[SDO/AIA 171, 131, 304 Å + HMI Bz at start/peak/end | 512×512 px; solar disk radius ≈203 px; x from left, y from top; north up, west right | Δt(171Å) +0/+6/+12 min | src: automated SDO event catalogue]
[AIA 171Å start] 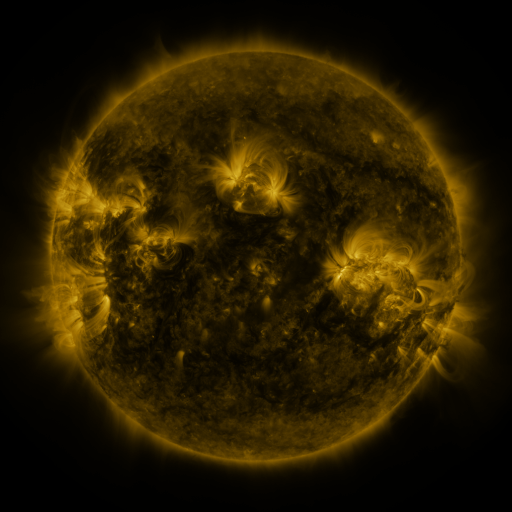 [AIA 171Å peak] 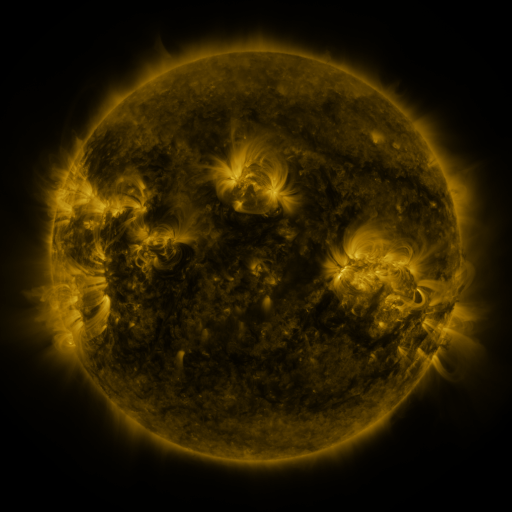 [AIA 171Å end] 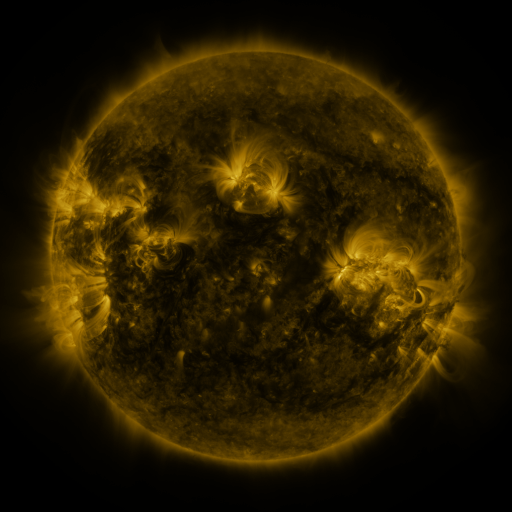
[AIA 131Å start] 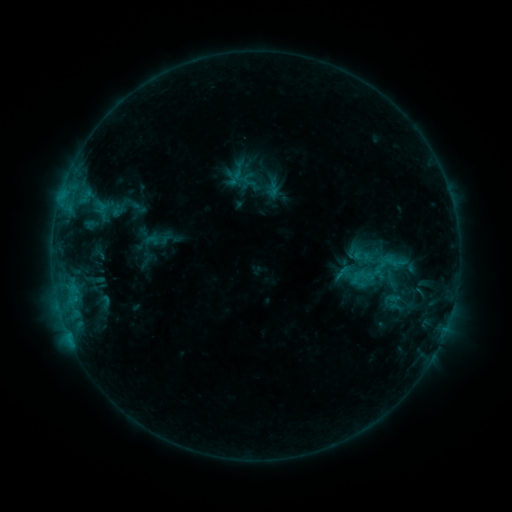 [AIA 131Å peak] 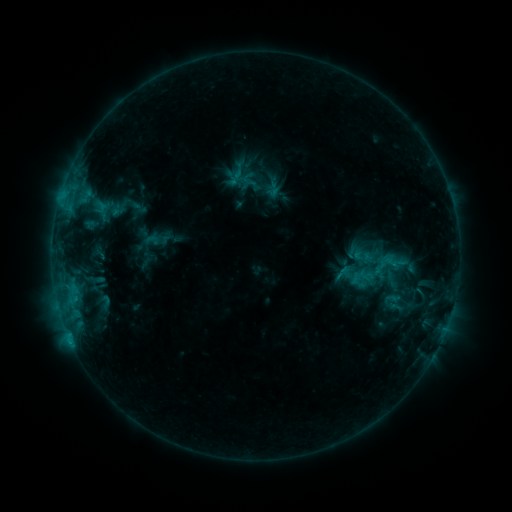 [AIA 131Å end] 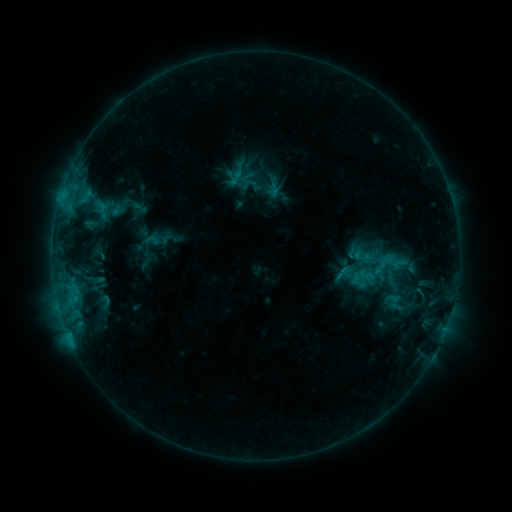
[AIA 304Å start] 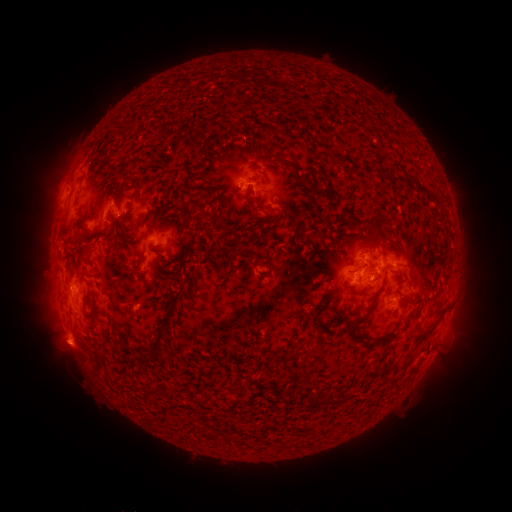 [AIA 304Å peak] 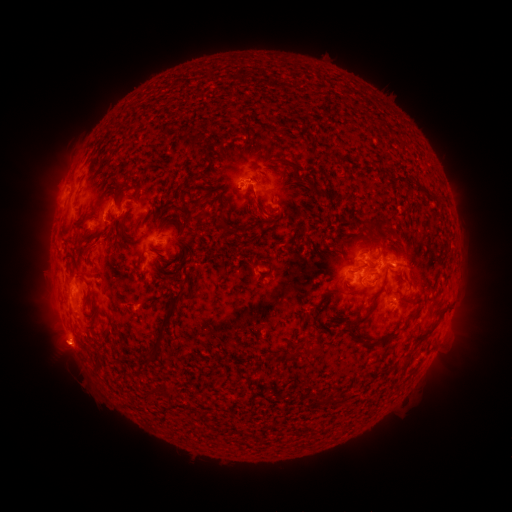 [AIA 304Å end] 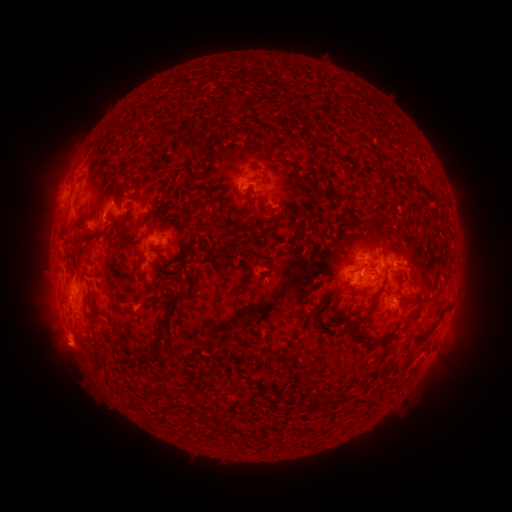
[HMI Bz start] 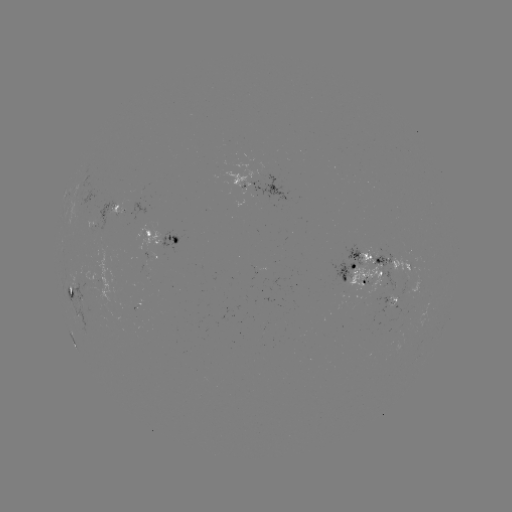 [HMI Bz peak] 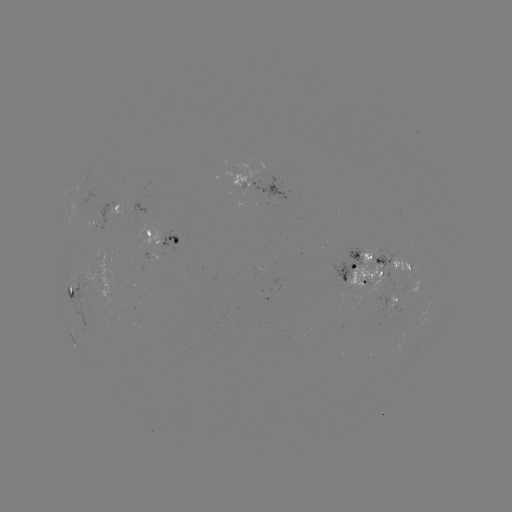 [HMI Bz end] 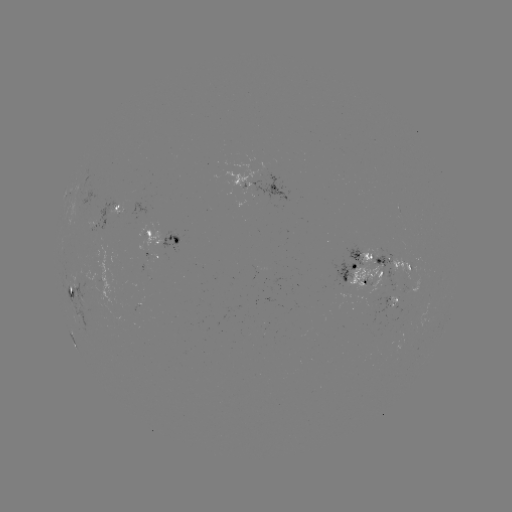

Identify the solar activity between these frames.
eruption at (67, 350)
